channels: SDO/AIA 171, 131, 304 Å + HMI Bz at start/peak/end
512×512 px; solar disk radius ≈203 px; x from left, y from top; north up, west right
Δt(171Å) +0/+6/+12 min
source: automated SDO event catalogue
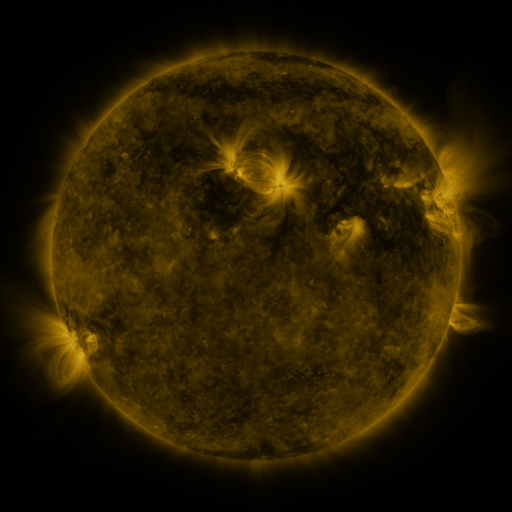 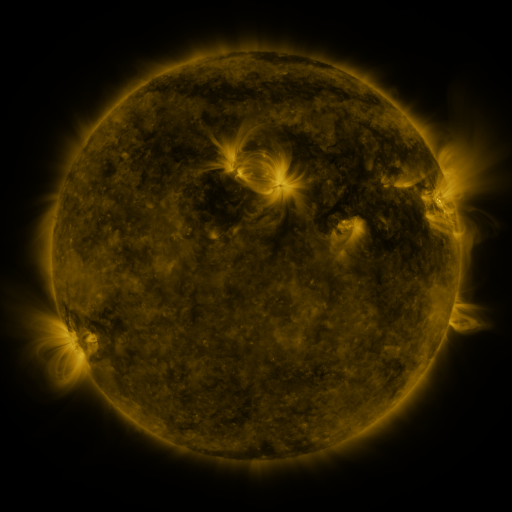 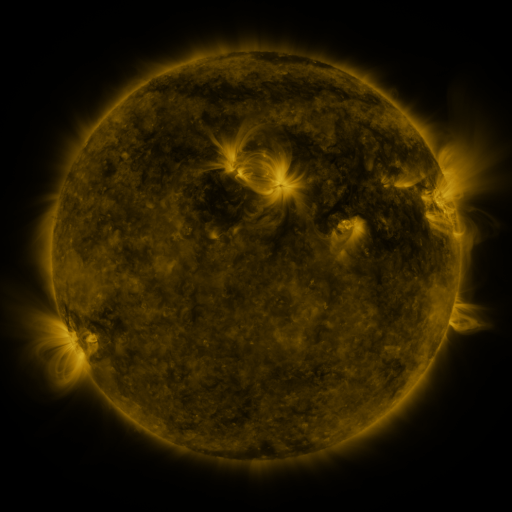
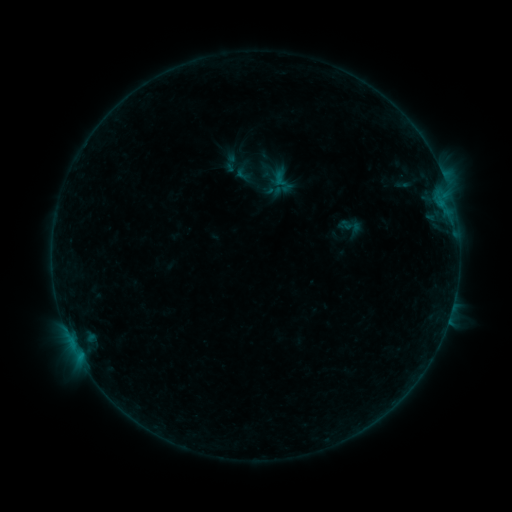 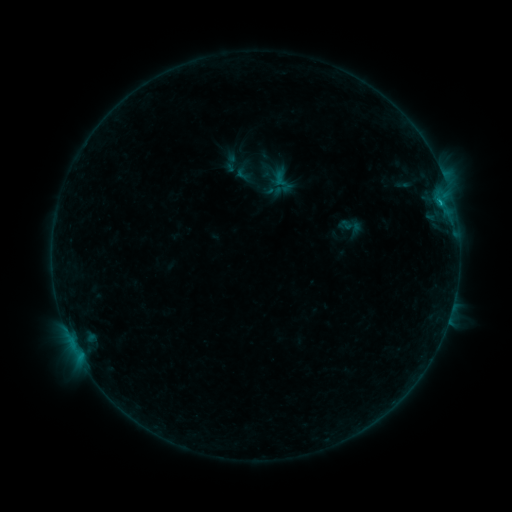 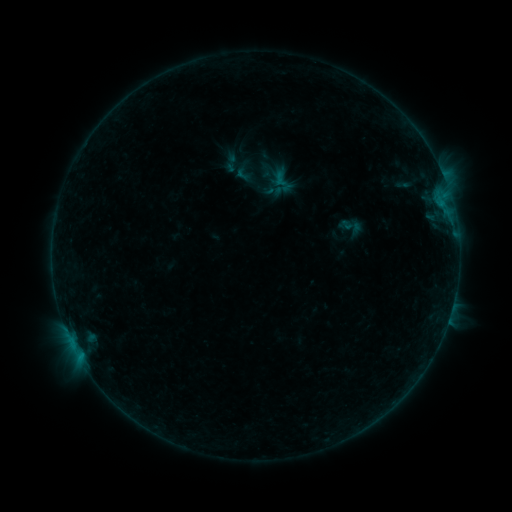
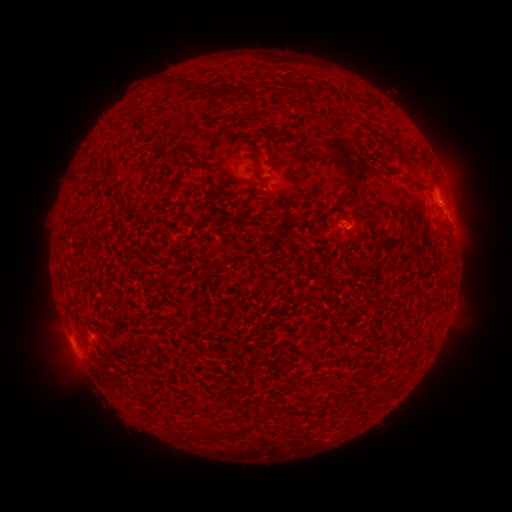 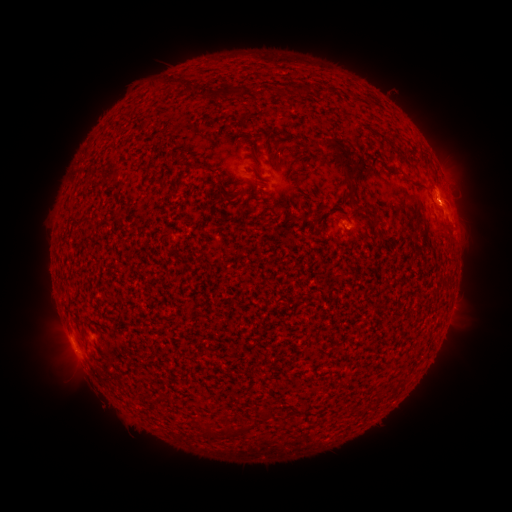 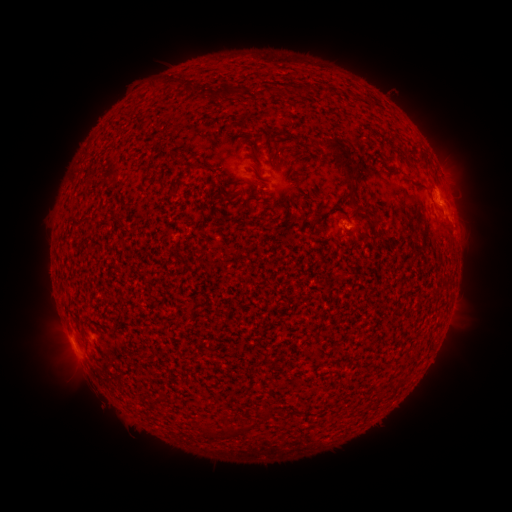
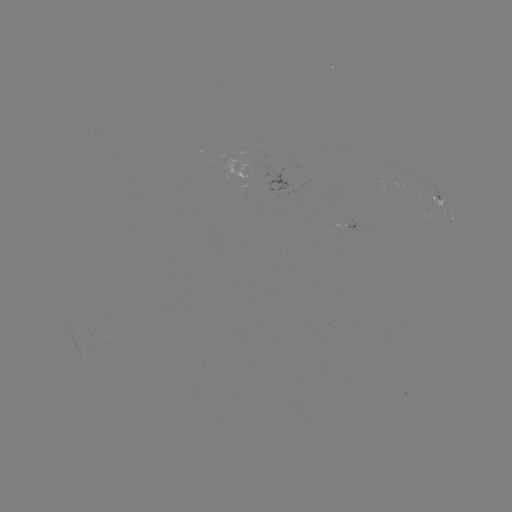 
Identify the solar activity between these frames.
B3.0 flare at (440, 204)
